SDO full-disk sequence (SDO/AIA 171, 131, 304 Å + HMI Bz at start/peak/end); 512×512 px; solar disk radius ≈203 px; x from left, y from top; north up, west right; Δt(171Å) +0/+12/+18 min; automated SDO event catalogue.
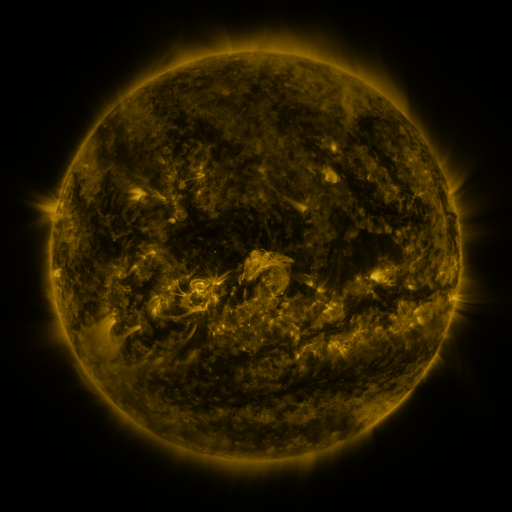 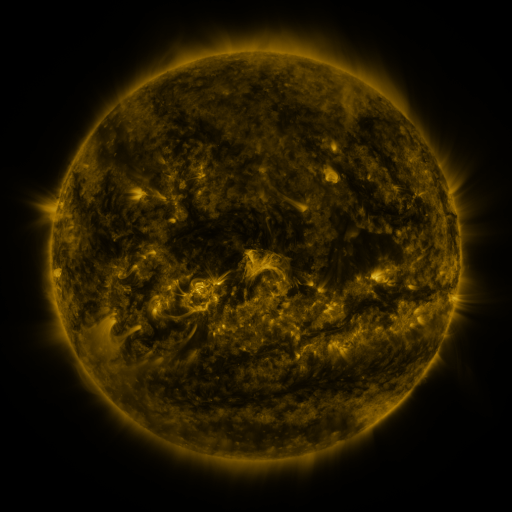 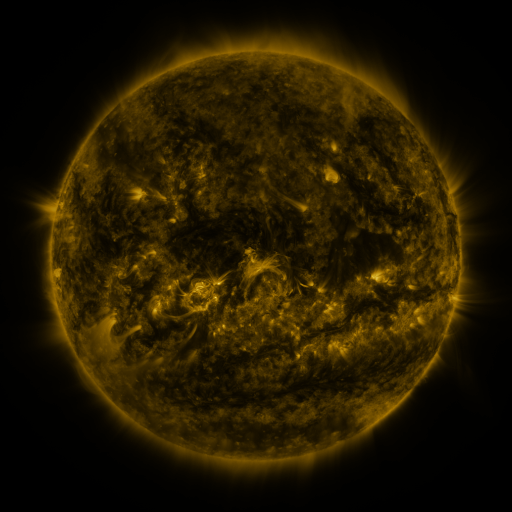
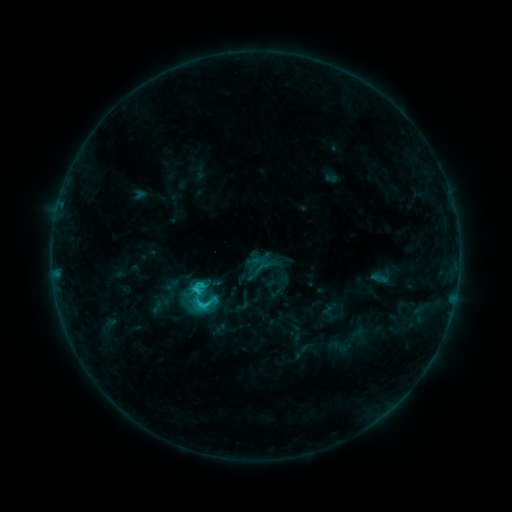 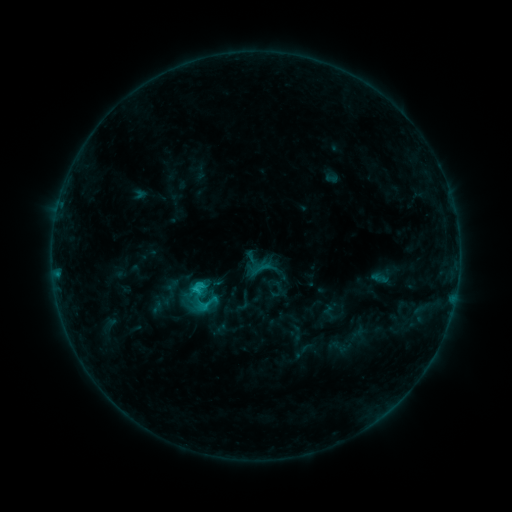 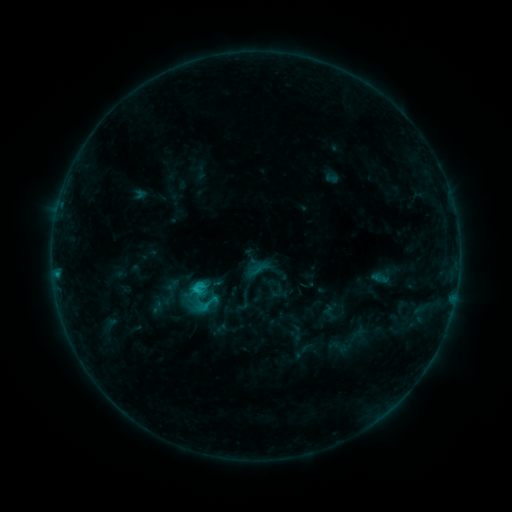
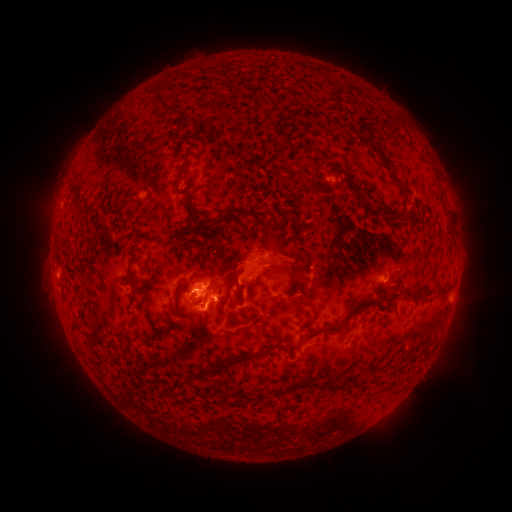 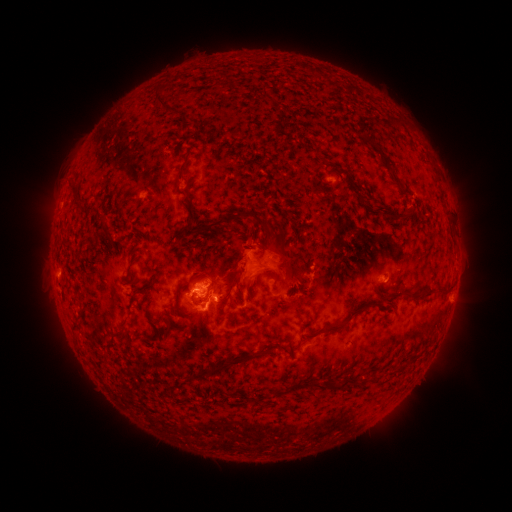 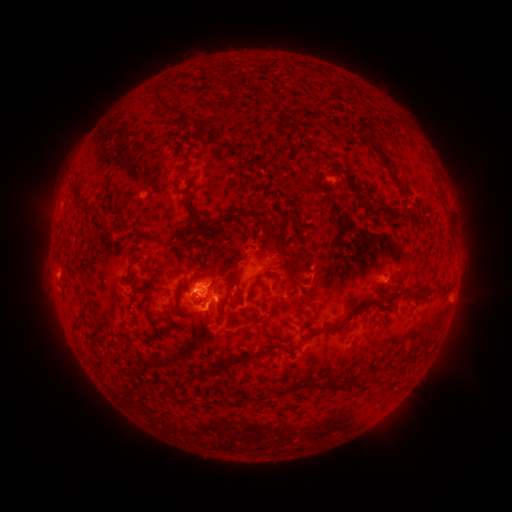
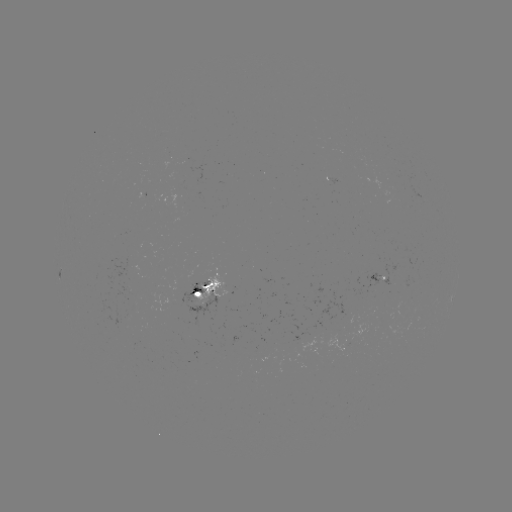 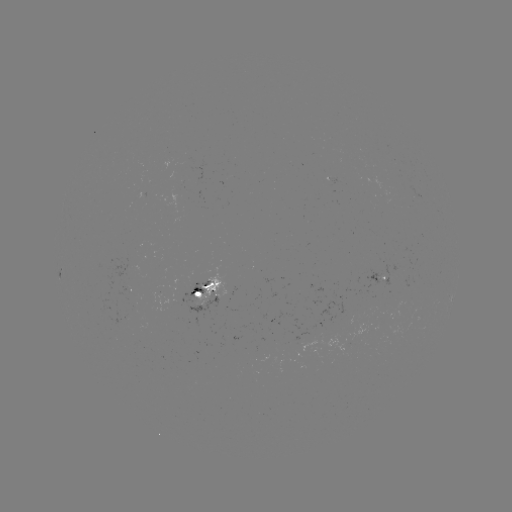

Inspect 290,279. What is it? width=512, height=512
eruption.